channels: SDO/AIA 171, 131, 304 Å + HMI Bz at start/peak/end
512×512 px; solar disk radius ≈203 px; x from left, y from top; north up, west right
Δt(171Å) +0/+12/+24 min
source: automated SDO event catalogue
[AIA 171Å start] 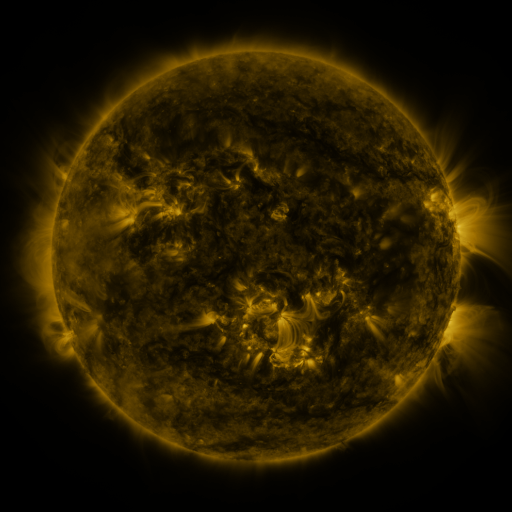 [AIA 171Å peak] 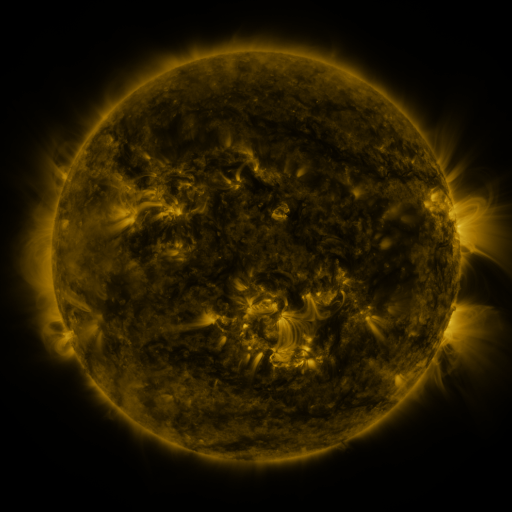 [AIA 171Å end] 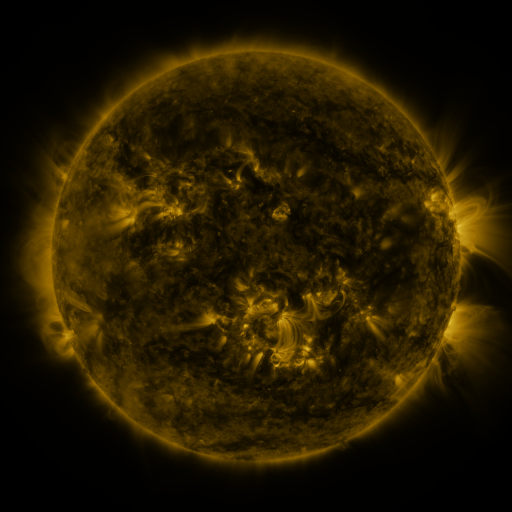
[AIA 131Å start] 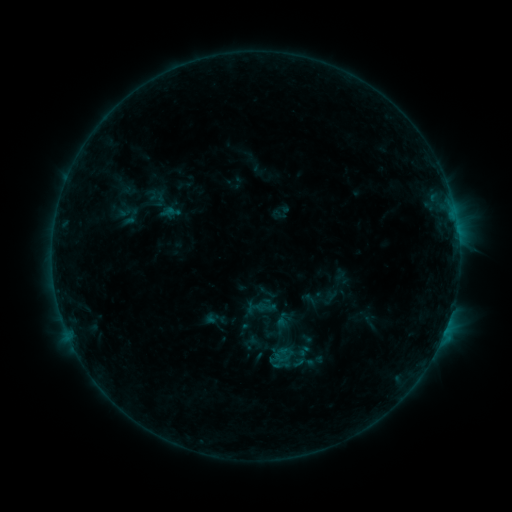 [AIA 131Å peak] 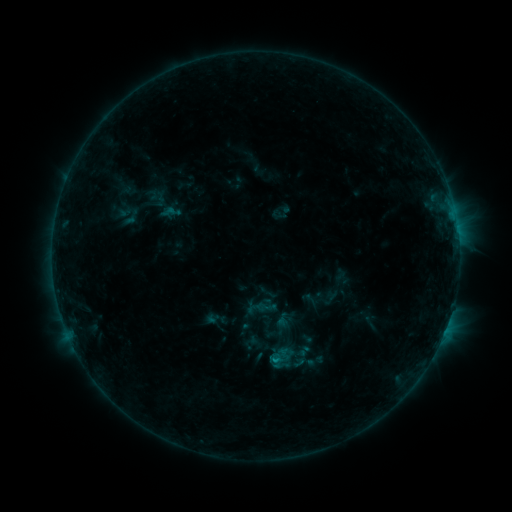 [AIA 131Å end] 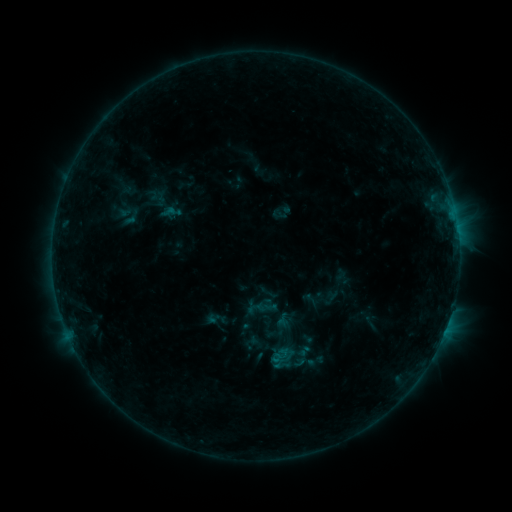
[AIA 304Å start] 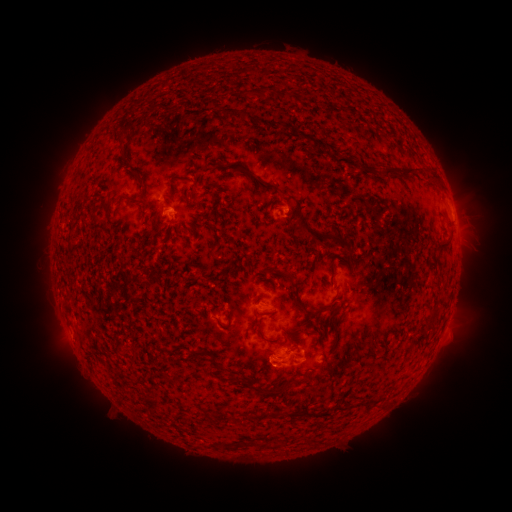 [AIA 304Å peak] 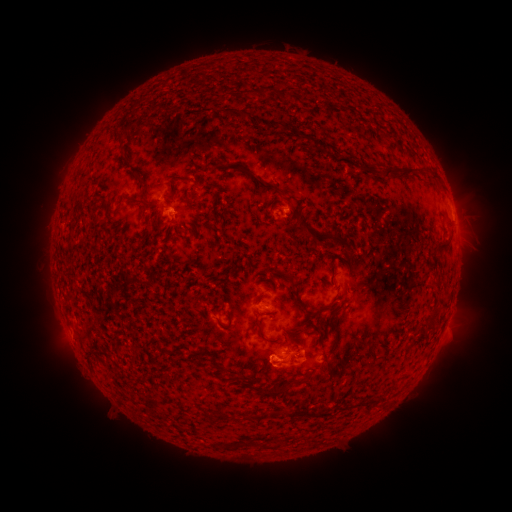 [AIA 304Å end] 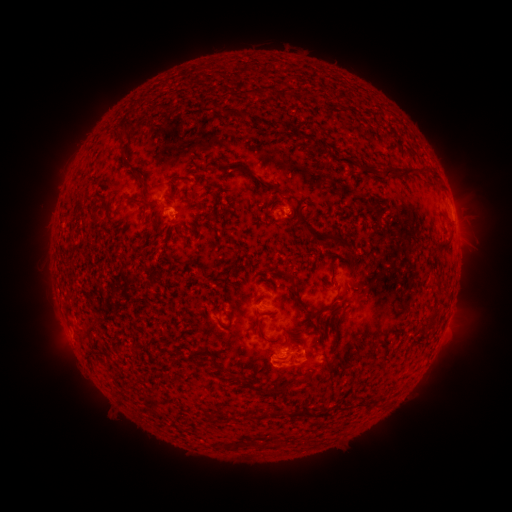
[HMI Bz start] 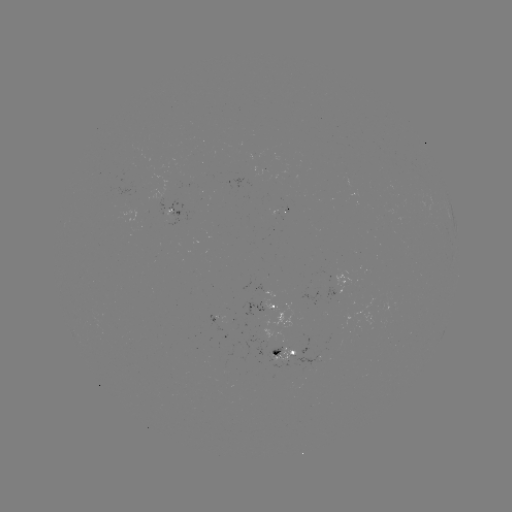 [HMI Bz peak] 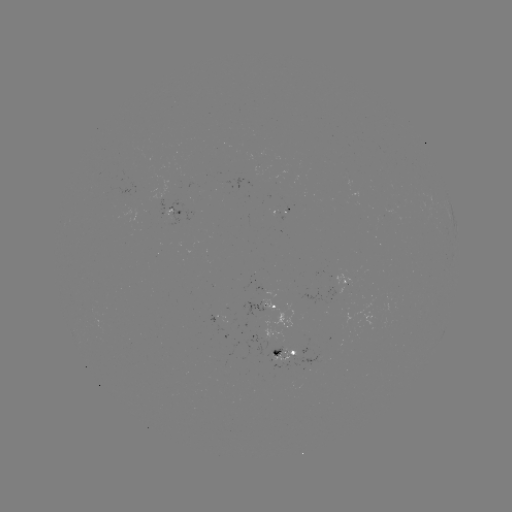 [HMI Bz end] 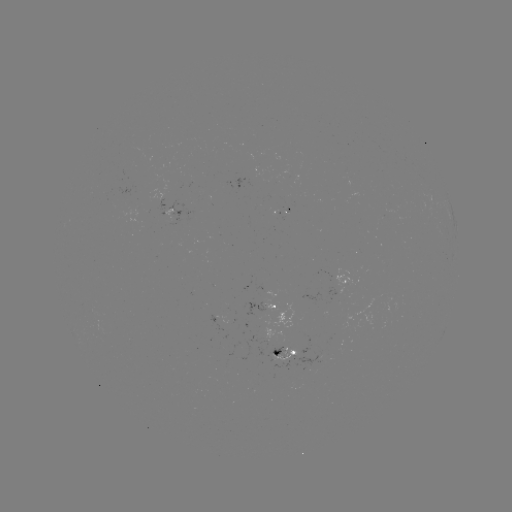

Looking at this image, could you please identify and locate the B5.5 flare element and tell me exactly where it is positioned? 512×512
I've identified B5.5 flare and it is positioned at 274,359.